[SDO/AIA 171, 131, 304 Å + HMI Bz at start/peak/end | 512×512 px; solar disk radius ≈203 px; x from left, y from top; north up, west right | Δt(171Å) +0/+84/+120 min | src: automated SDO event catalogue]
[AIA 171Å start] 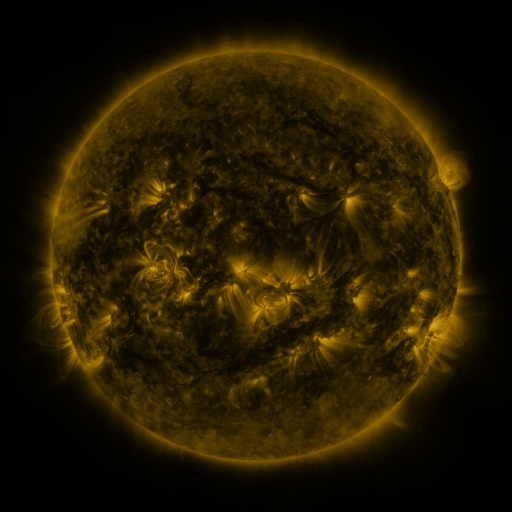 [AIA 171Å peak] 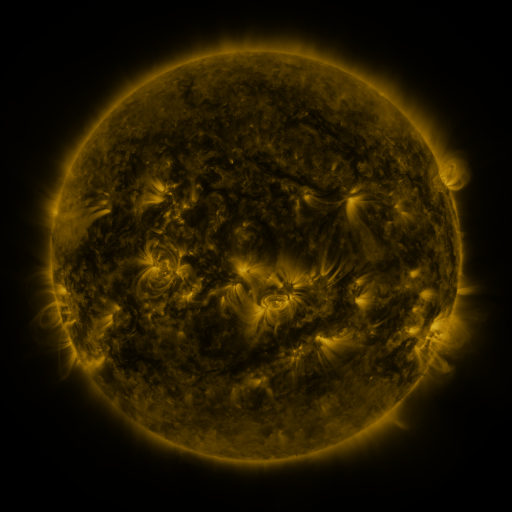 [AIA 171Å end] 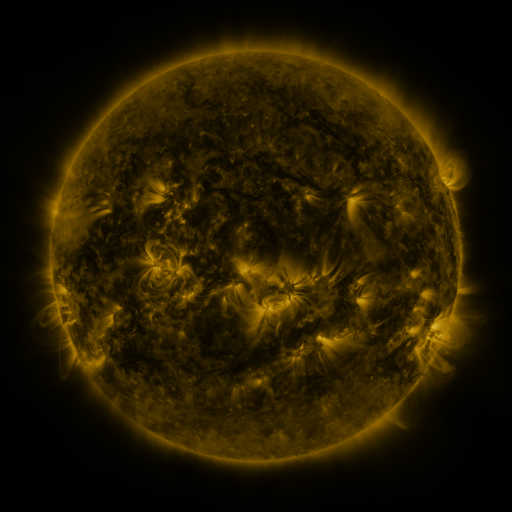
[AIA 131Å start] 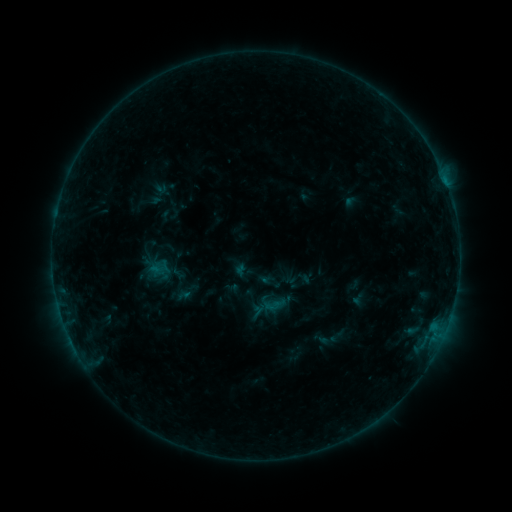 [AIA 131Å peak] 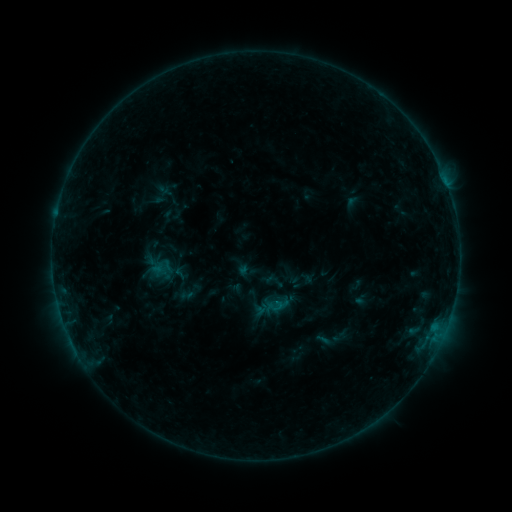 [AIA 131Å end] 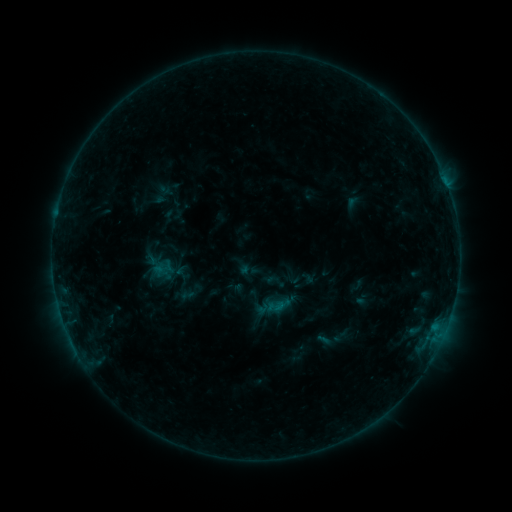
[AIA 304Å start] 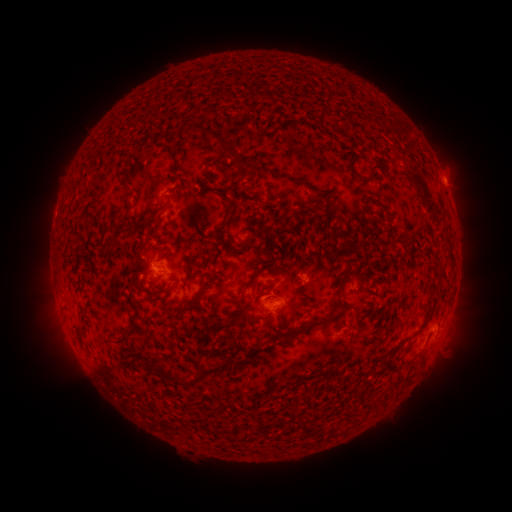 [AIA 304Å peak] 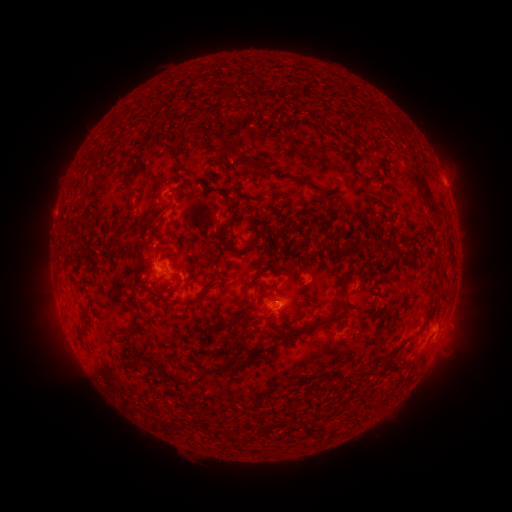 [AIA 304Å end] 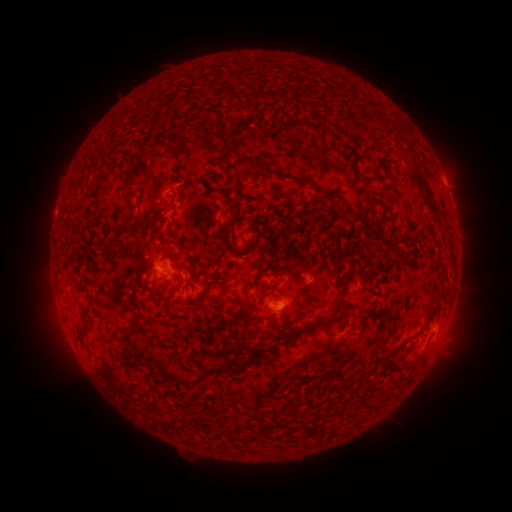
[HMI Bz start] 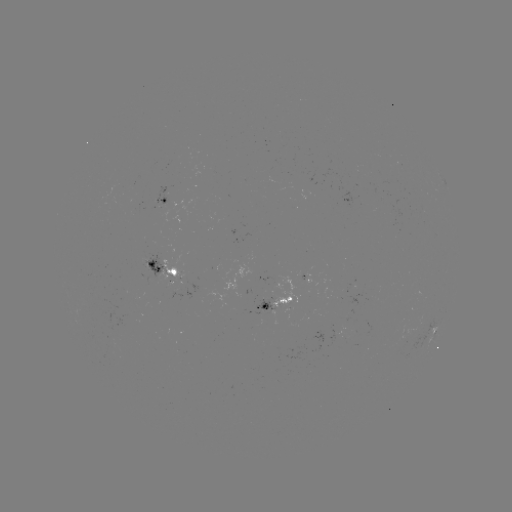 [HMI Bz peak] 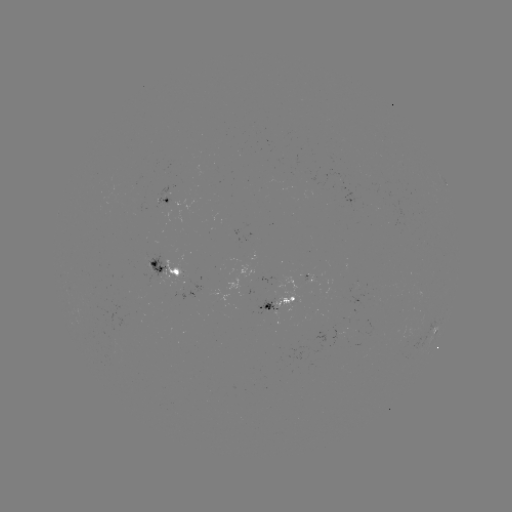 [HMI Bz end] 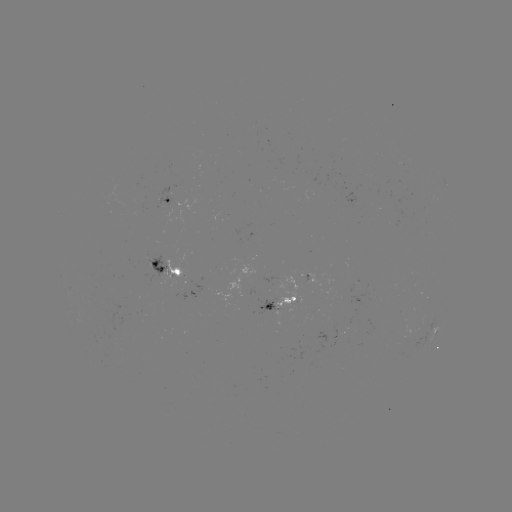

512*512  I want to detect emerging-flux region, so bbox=[248, 304, 278, 323].